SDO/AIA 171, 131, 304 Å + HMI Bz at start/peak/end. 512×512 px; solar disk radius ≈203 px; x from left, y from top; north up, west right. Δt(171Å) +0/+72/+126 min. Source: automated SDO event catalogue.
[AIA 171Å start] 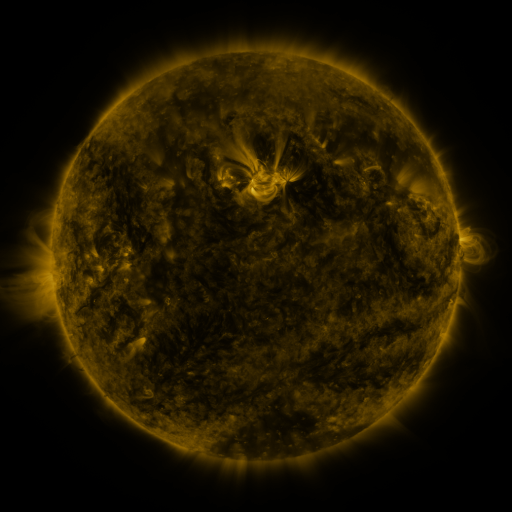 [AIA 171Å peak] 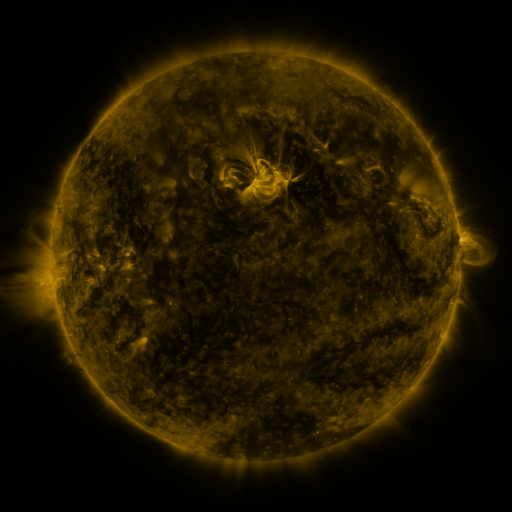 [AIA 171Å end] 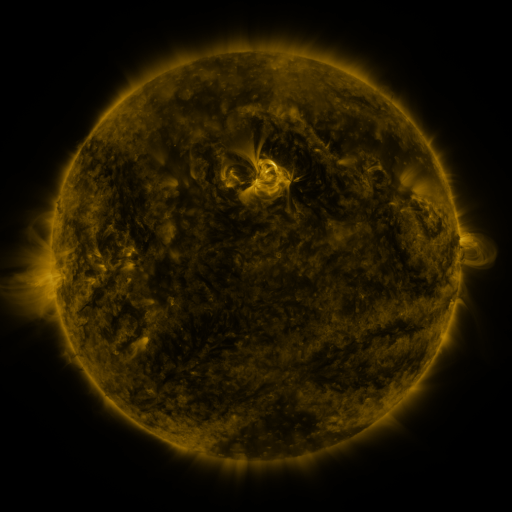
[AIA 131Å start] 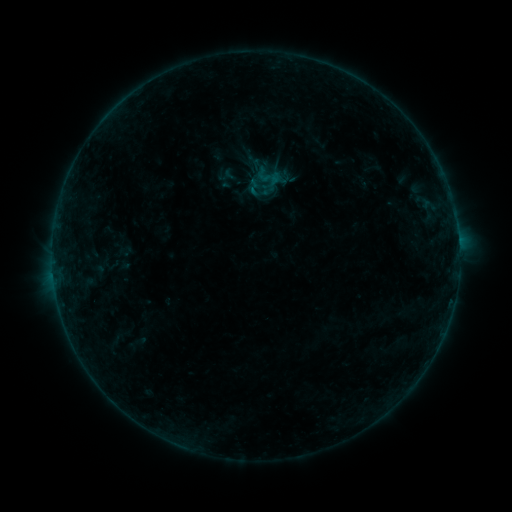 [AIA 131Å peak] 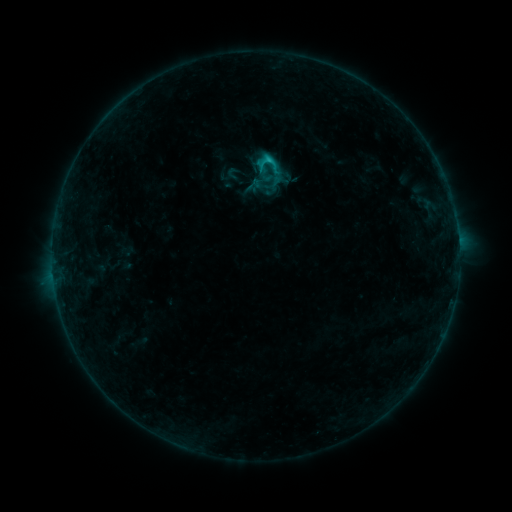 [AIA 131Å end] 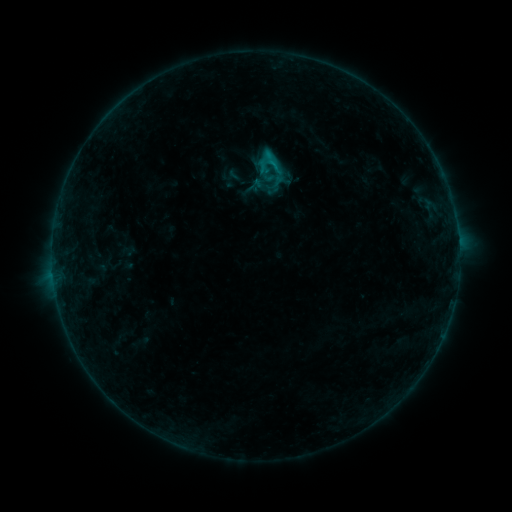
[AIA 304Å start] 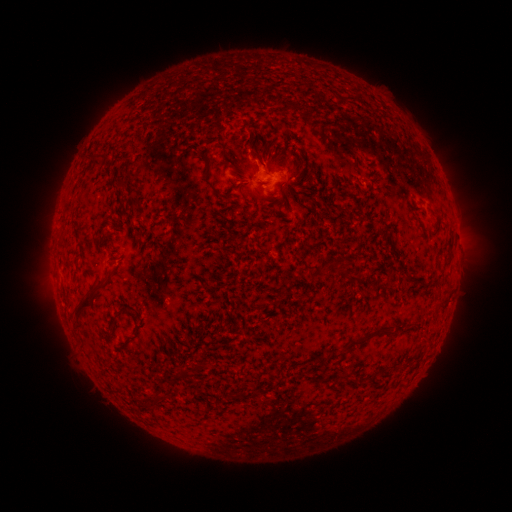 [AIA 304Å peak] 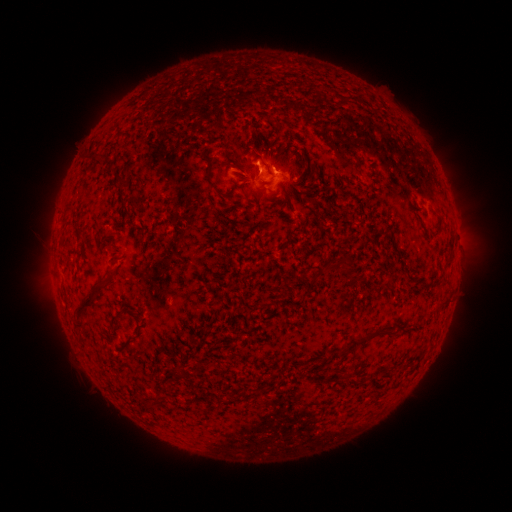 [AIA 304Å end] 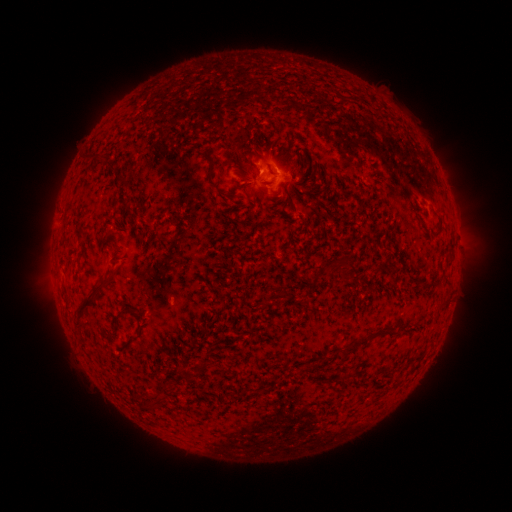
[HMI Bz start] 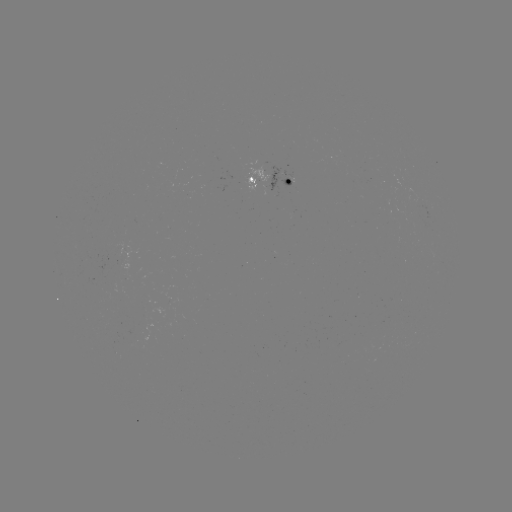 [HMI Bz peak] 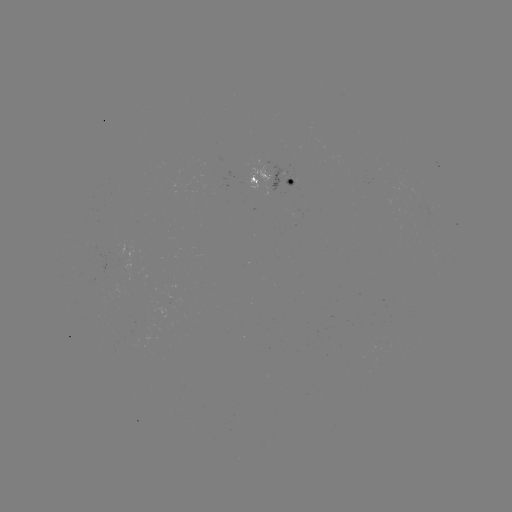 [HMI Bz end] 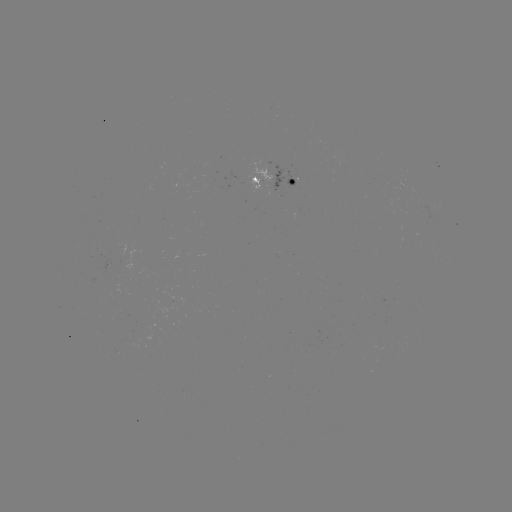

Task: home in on C1.1 flare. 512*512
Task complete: [266, 163].